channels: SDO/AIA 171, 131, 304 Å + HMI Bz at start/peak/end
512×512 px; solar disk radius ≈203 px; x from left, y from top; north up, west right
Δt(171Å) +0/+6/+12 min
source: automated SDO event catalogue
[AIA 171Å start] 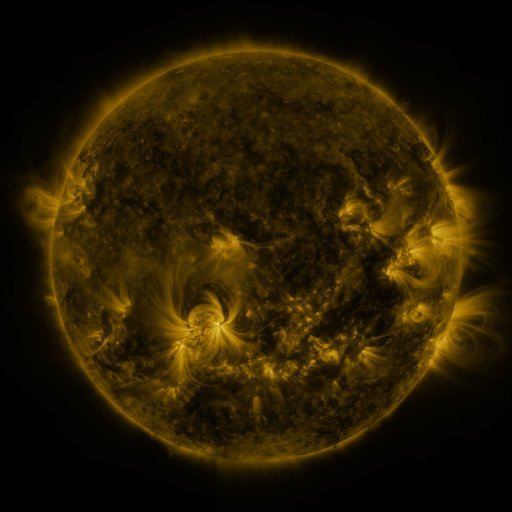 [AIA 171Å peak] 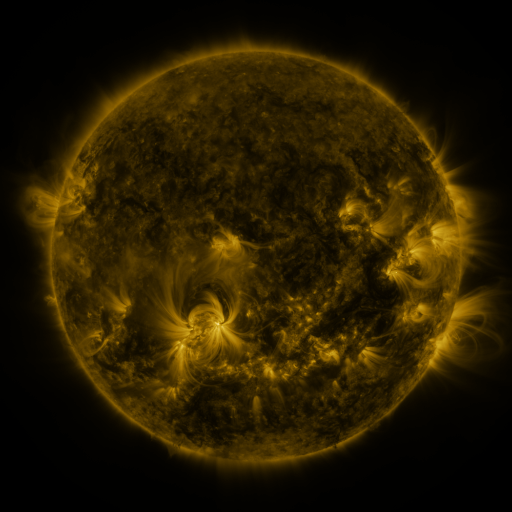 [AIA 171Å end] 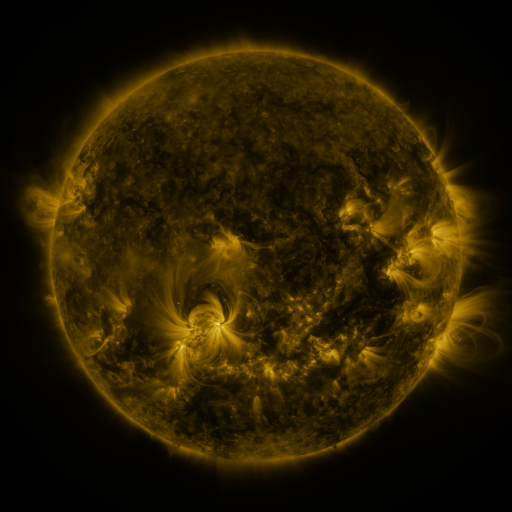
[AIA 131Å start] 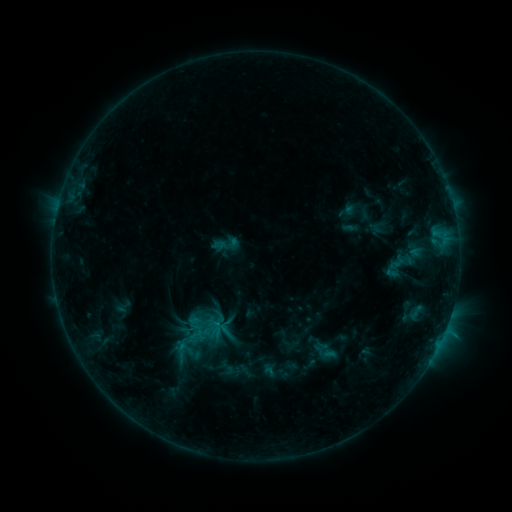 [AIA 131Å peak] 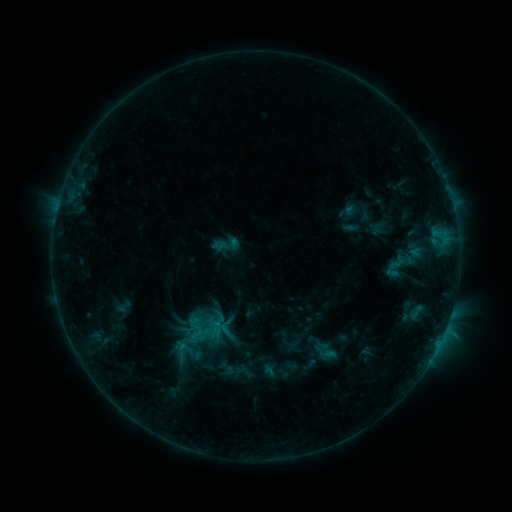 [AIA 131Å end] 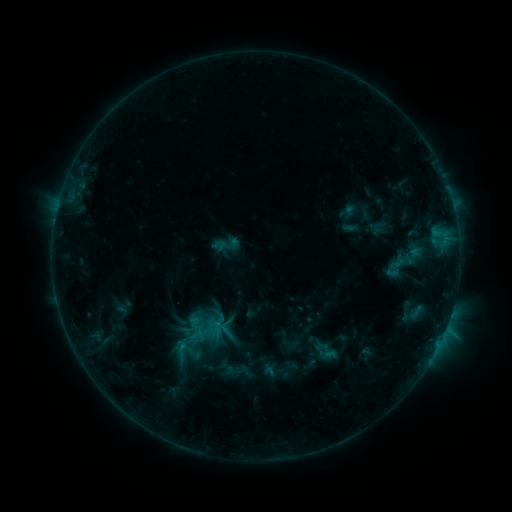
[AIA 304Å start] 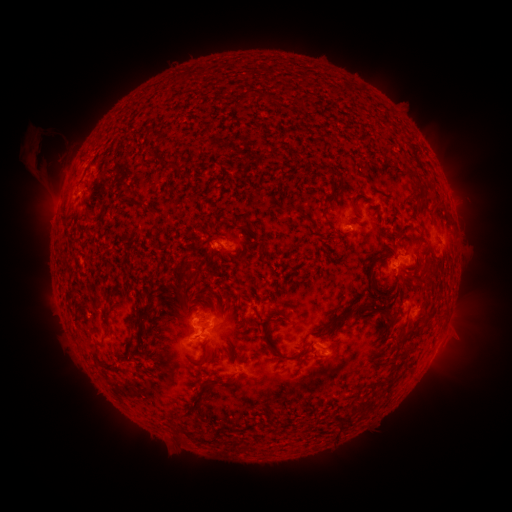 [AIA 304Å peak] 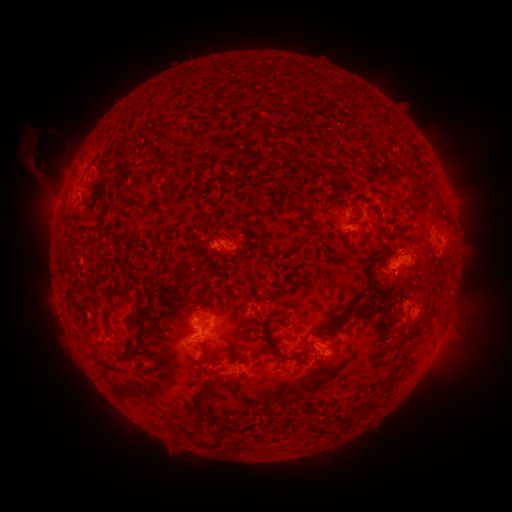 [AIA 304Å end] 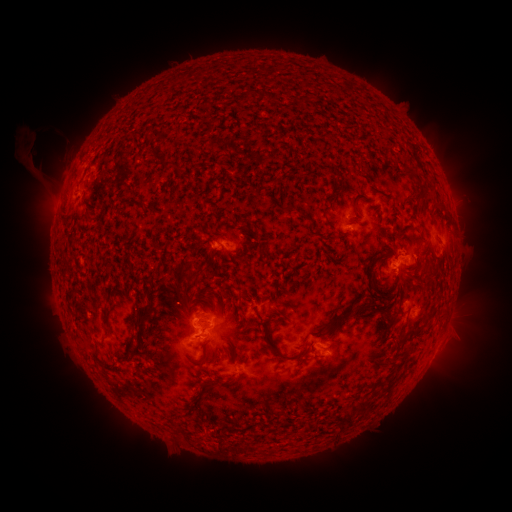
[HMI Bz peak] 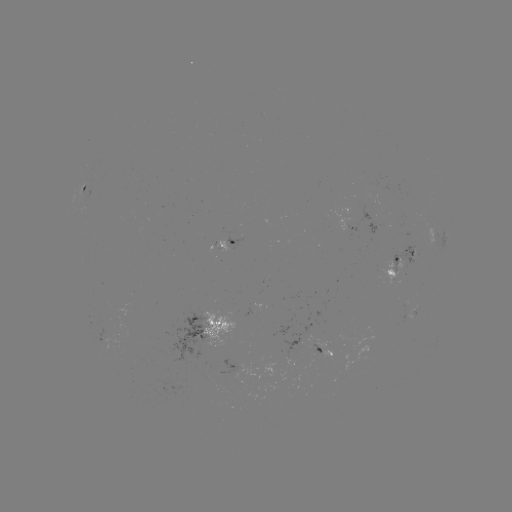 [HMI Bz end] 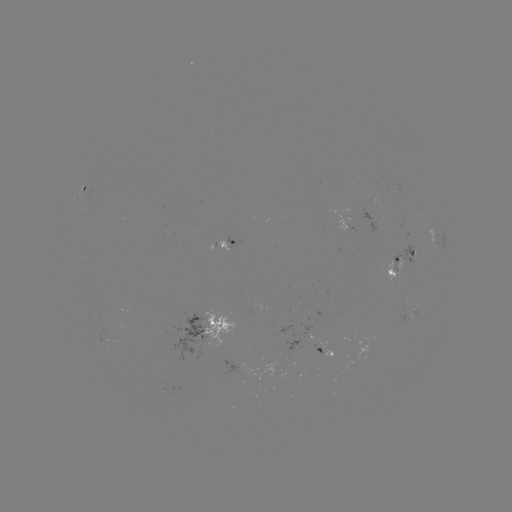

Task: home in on eruption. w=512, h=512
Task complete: (208, 447).